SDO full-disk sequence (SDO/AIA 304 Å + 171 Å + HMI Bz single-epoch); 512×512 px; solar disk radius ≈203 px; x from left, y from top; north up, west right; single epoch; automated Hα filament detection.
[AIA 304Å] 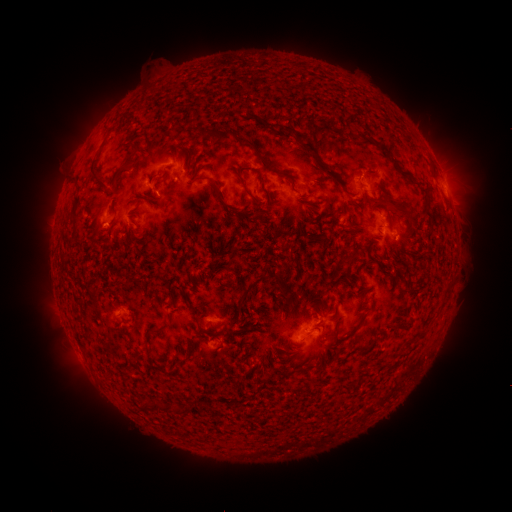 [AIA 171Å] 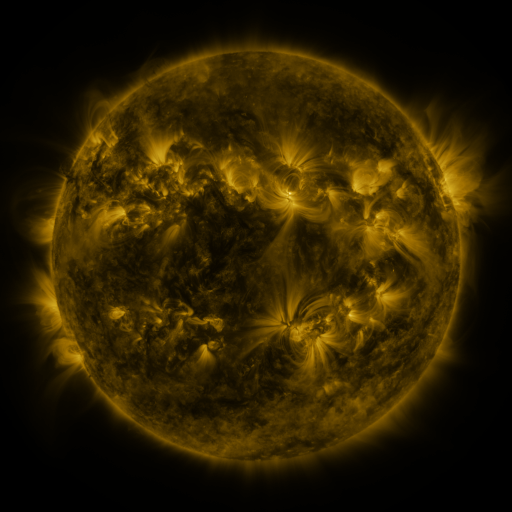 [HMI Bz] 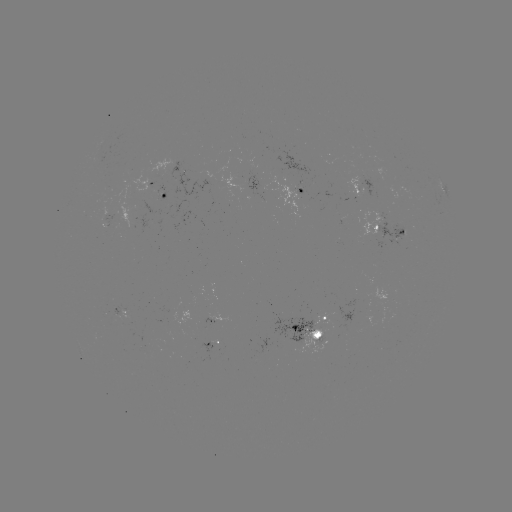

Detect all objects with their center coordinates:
filament: (244, 111, 288, 124)
filament: (226, 119, 238, 128)
filament: (180, 123, 191, 135)
filament: (275, 123, 304, 144)
filament: (199, 126, 287, 178)
filament: (360, 131, 369, 141)
filament: (295, 135, 344, 188)
filament: (110, 139, 139, 187)
filament: (279, 140, 289, 149)
filament: (371, 140, 400, 171)
filament: (297, 156, 327, 179)
filament: (88, 157, 106, 188)
filament: (185, 161, 193, 172)
filament: (233, 169, 262, 206)
filament: (399, 170, 414, 179)
filament: (258, 173, 274, 201)
filament: (209, 177, 250, 217)
filament: (382, 192, 406, 215)
filament: (148, 195, 164, 211)
filament: (193, 199, 206, 211)
filament: (329, 203, 345, 218)
filament: (162, 212, 172, 225)
filament: (92, 215, 102, 228)
filament: (293, 216, 306, 234)
filament: (408, 217, 418, 227)
filament: (344, 225, 354, 234)
filament: (285, 240, 295, 250)
filament: (223, 243, 237, 283)
filament: (325, 246, 342, 259)
filament: (135, 248, 144, 257)
filament: (345, 248, 359, 264)
filament: (297, 250, 310, 271)
filament: (390, 254, 399, 265)
filament: (368, 256, 386, 271)
filament: (273, 272, 287, 296)
filament: (236, 281, 255, 310)
filament: (165, 284, 187, 297)
filament: (303, 284, 322, 305)
filament: (442, 284, 451, 295)
filament: (89, 292, 99, 305)
filament: (291, 294, 300, 306)
filament: (358, 314, 367, 325)
filament: (193, 321, 219, 340)
filament: (249, 322, 262, 333)
filament: (332, 324, 341, 340)
filament: (143, 325, 162, 345)
filament: (345, 327, 358, 339)
filament: (315, 332, 329, 349)
filament: (244, 337, 253, 345)
filament: (101, 342, 114, 353)
filament: (257, 345, 271, 358)
filament: (182, 347, 191, 357)
filament: (283, 351, 294, 361)
filament: (261, 372, 272, 382)
filament: (253, 387, 265, 397)
filament: (142, 401, 165, 411)
